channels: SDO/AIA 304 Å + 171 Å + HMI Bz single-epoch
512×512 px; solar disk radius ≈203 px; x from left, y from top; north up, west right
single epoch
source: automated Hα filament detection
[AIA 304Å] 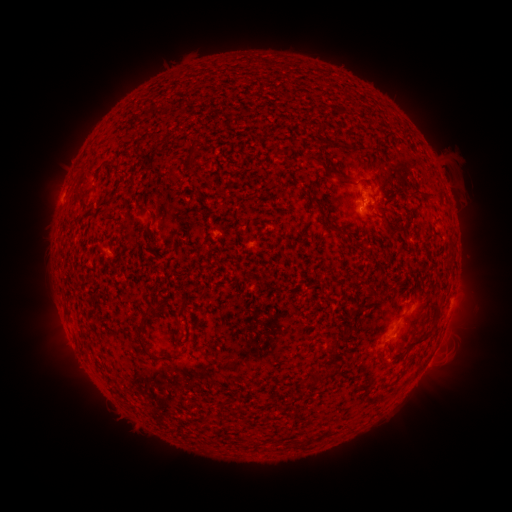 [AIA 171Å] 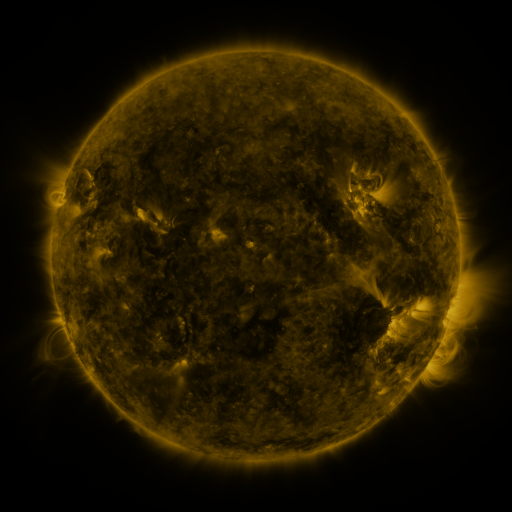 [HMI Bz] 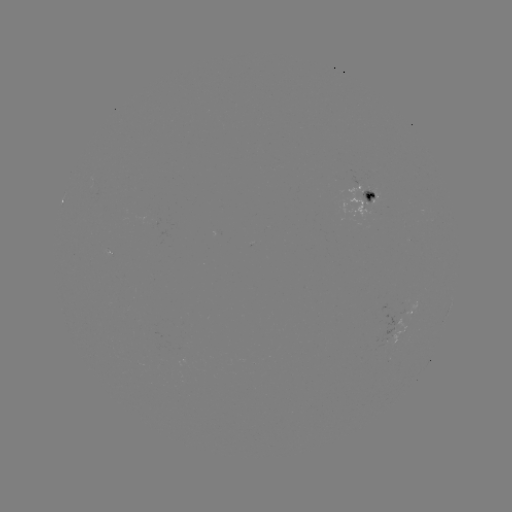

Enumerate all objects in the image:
filament: [306, 155, 324, 166]
filament: [325, 168, 342, 179]
filament: [344, 181, 357, 187]
filament: [381, 191, 390, 198]
filament: [412, 191, 423, 197]
filament: [174, 304, 184, 318]
filament: [142, 305, 155, 317]
filament: [133, 330, 174, 360]
filament: [374, 346, 385, 366]
filament: [309, 372, 327, 384]
